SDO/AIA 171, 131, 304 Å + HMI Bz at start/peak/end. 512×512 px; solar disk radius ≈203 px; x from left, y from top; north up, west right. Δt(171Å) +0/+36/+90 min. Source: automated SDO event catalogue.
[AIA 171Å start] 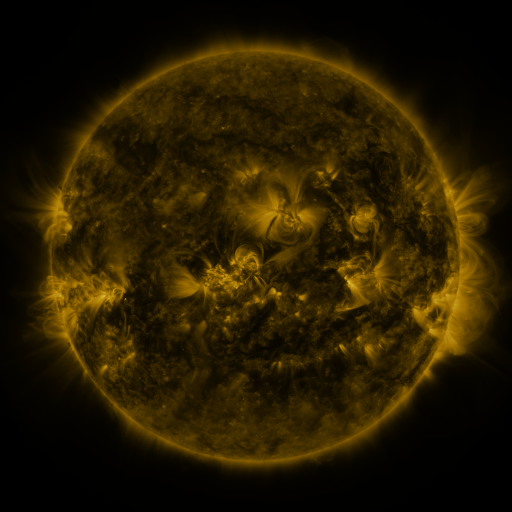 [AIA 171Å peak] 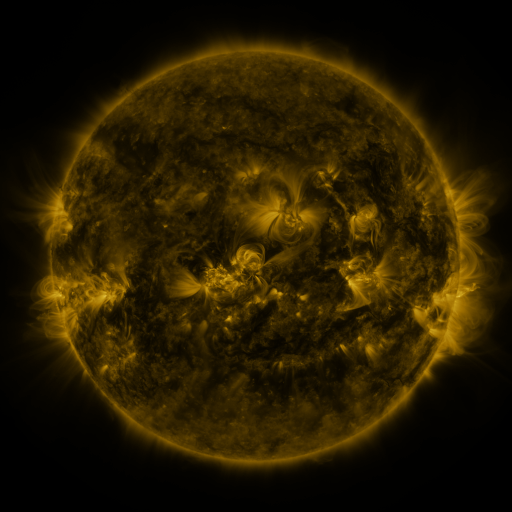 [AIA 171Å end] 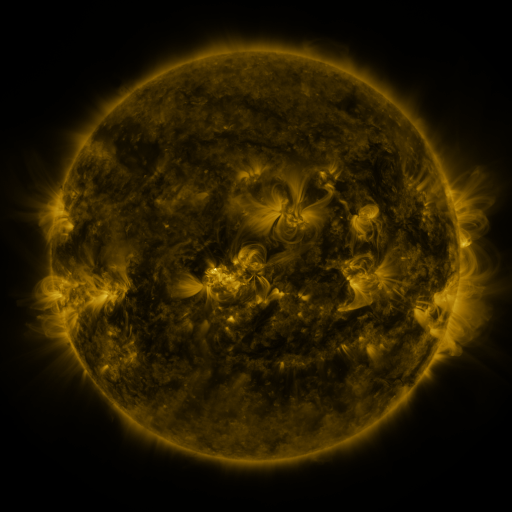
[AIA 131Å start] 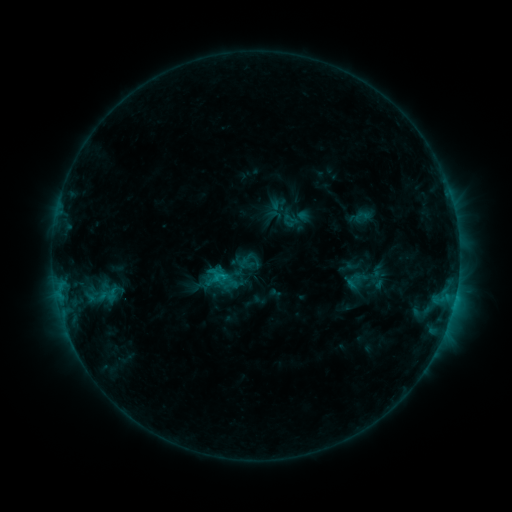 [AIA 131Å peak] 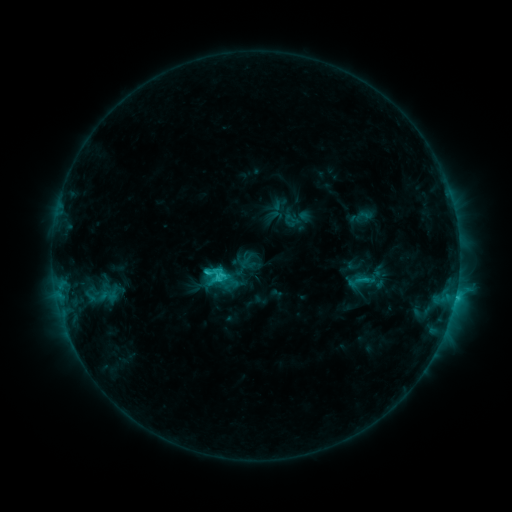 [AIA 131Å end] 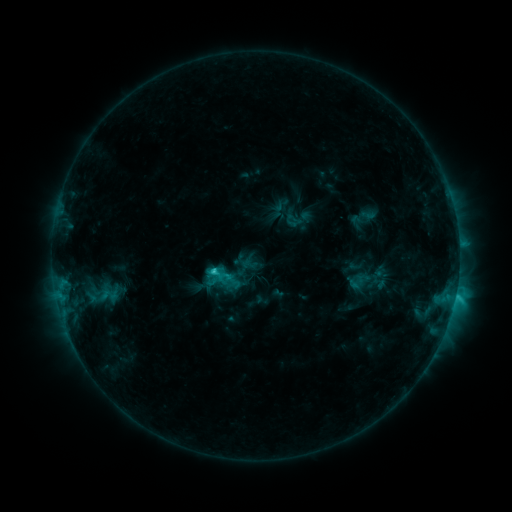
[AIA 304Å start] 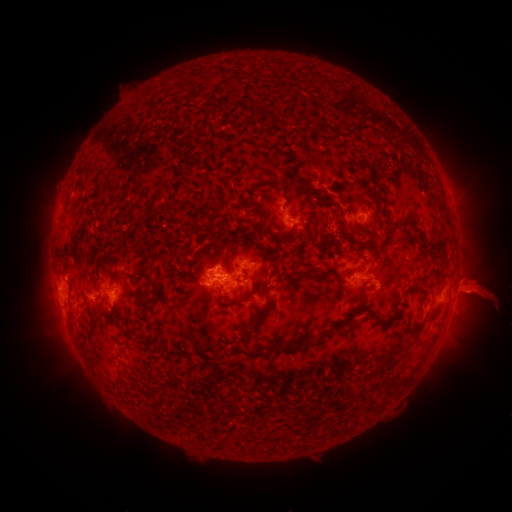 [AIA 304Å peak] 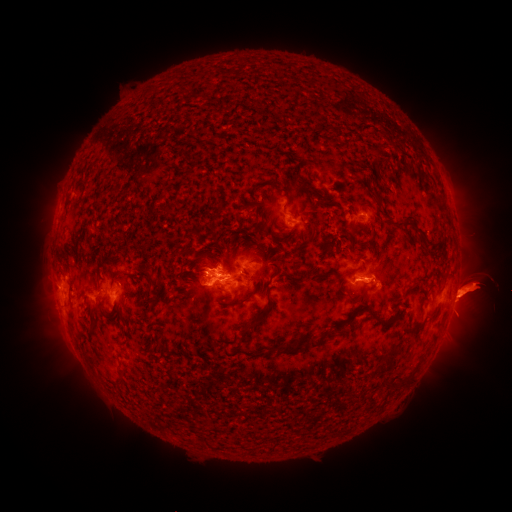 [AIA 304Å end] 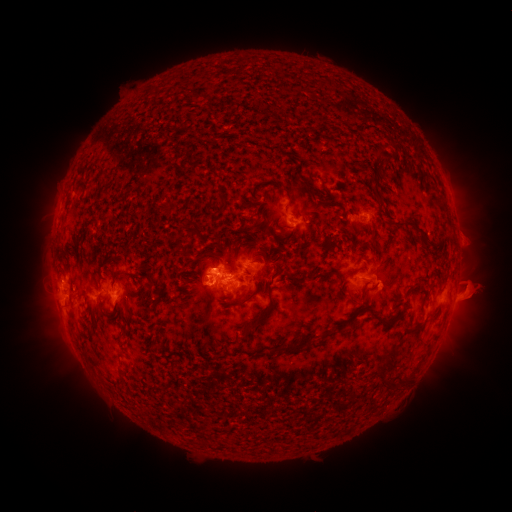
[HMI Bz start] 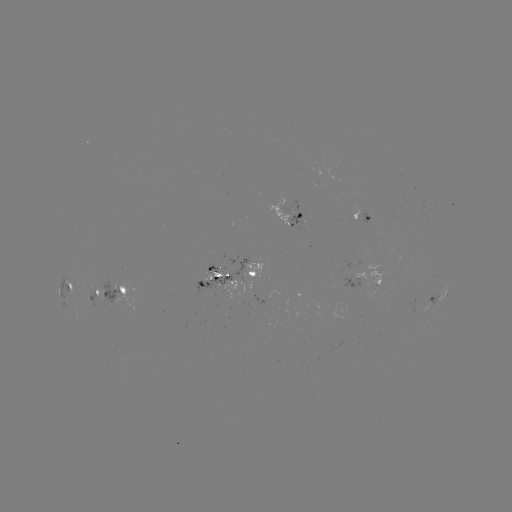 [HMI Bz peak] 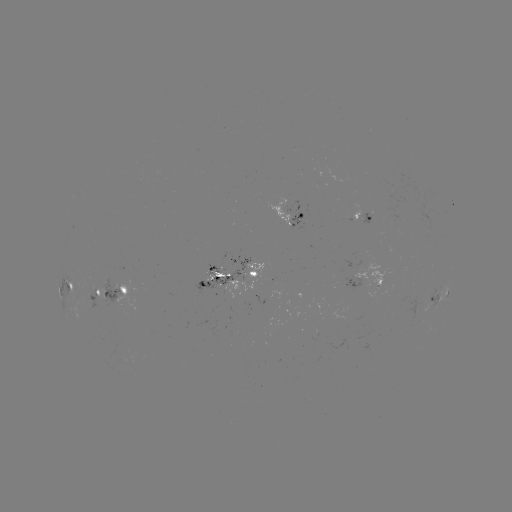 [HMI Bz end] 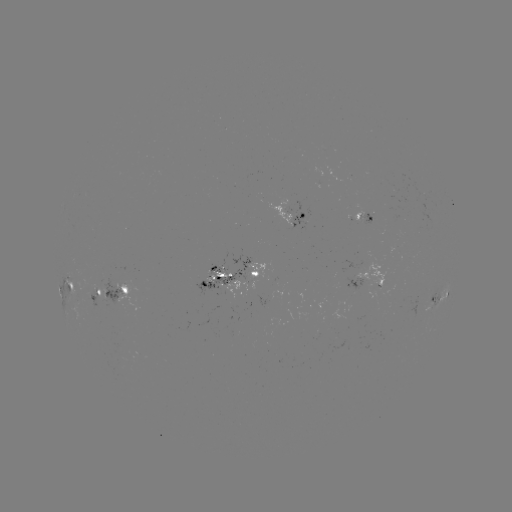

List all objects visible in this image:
C4.1 flare: (207, 272)
